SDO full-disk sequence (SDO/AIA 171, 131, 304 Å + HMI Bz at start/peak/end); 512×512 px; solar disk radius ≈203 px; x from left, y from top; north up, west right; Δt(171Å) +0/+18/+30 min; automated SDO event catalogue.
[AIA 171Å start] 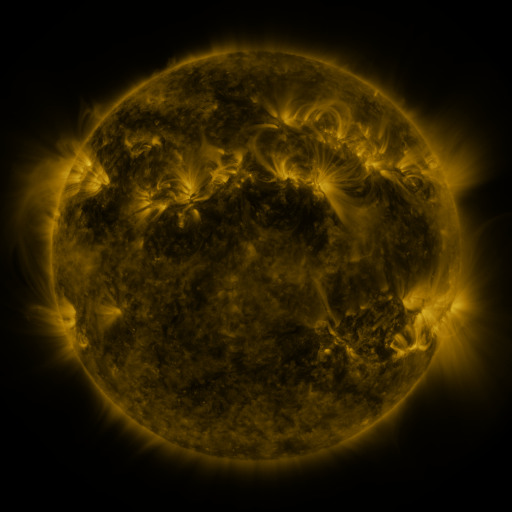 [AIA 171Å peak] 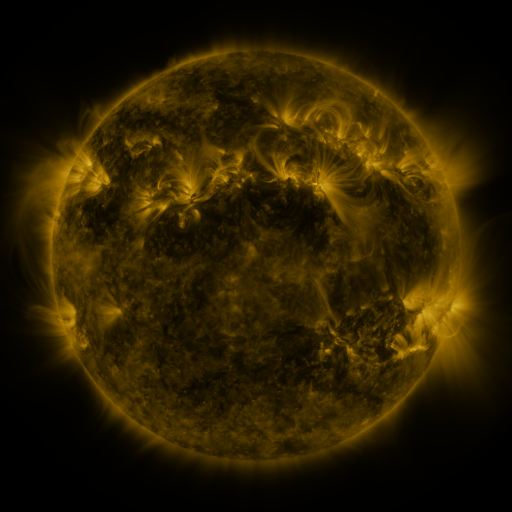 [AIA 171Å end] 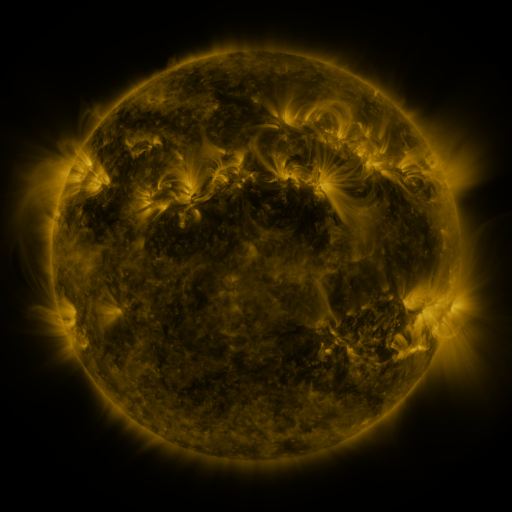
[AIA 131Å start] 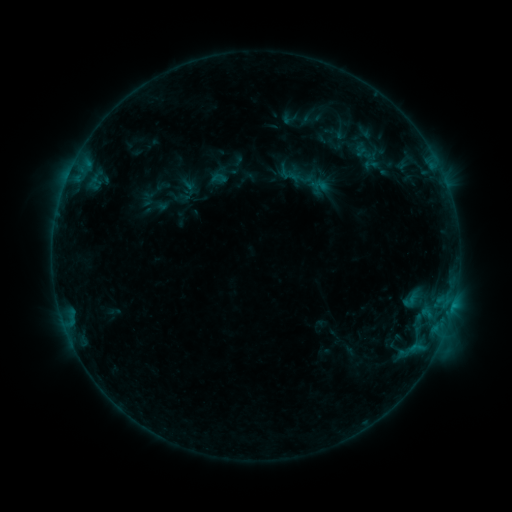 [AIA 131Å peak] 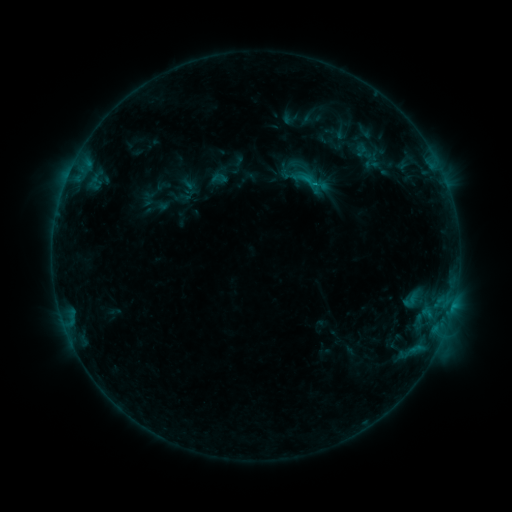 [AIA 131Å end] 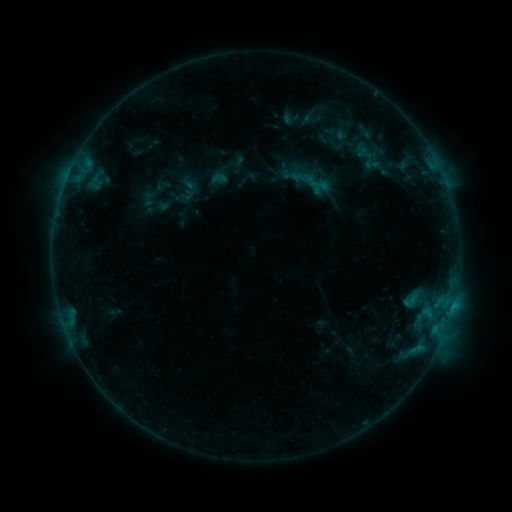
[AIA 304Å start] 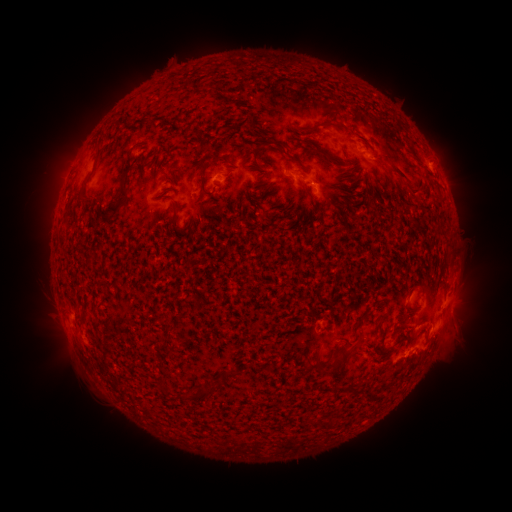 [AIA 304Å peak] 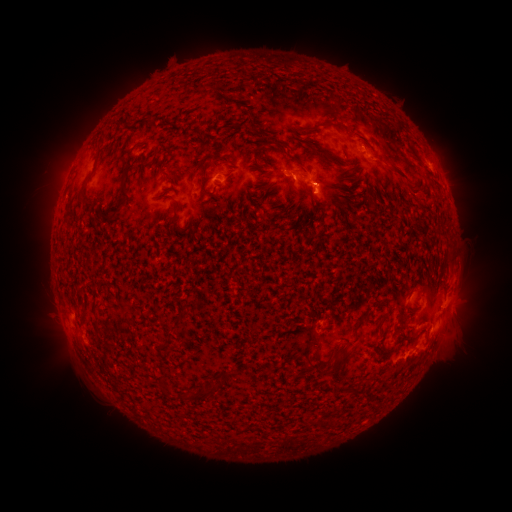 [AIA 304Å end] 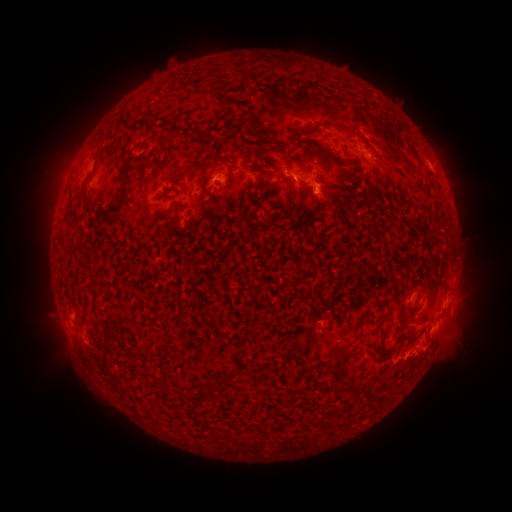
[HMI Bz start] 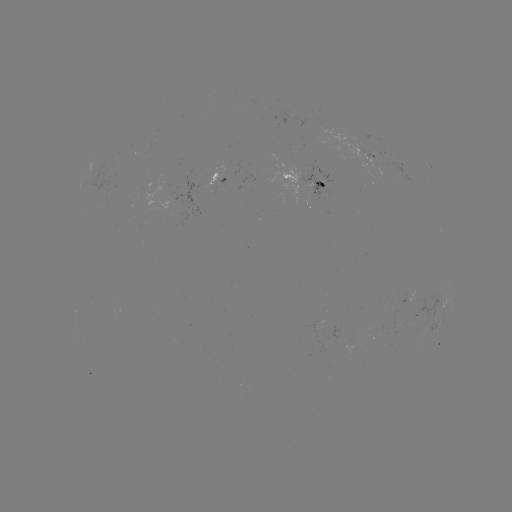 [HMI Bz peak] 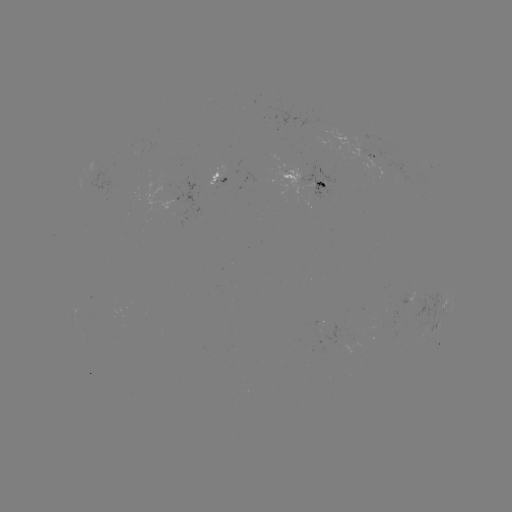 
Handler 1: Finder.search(C1.2 flare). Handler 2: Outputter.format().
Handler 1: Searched C1.2 flare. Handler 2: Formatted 306,182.